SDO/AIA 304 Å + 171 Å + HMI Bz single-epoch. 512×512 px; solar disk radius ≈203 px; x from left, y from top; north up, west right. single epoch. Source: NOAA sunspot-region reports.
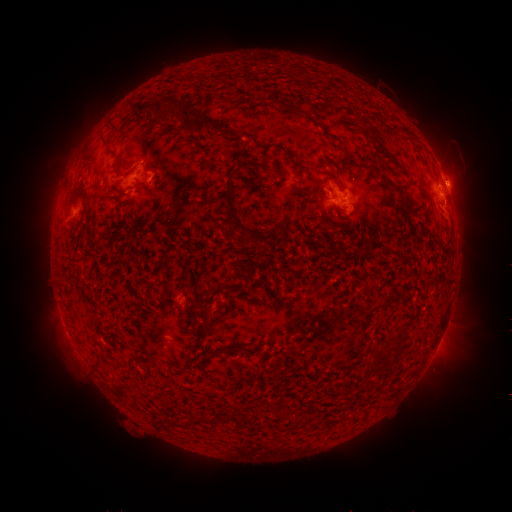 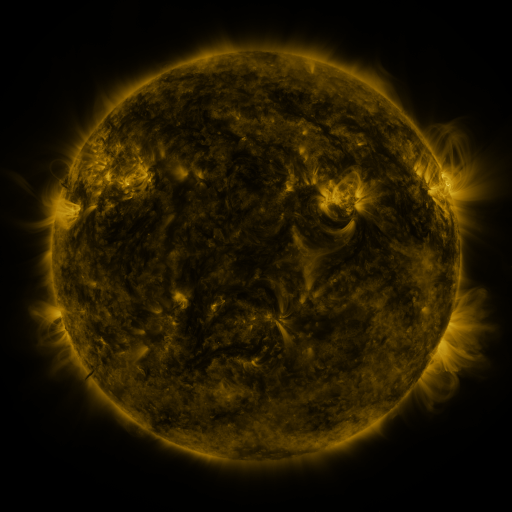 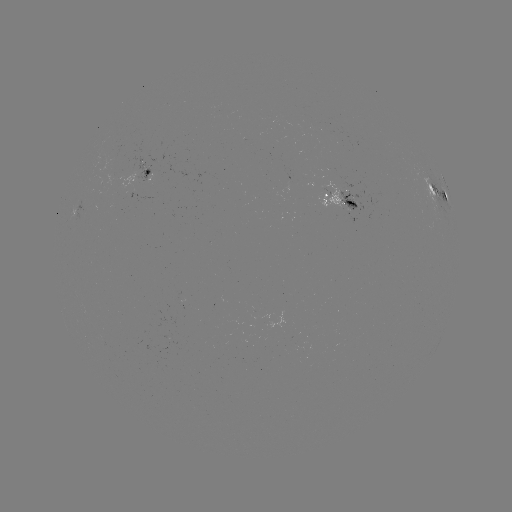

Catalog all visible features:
spotted active region: (147, 168)
spotted active region: (438, 191)
spotted active region: (340, 200)
